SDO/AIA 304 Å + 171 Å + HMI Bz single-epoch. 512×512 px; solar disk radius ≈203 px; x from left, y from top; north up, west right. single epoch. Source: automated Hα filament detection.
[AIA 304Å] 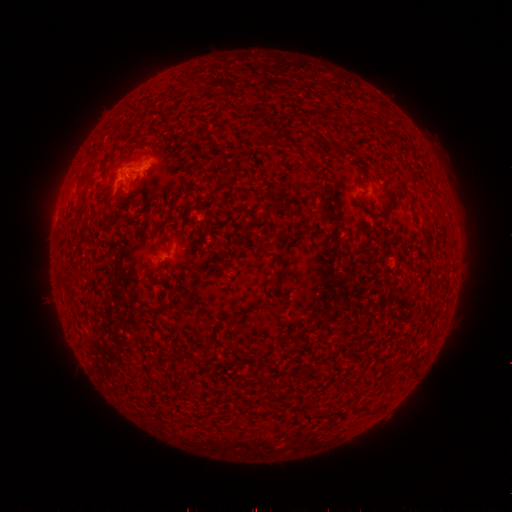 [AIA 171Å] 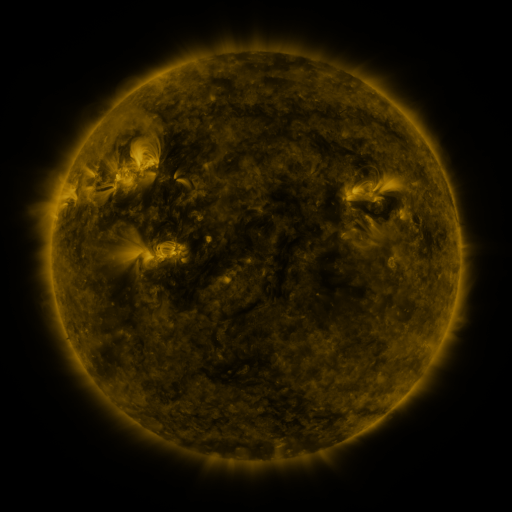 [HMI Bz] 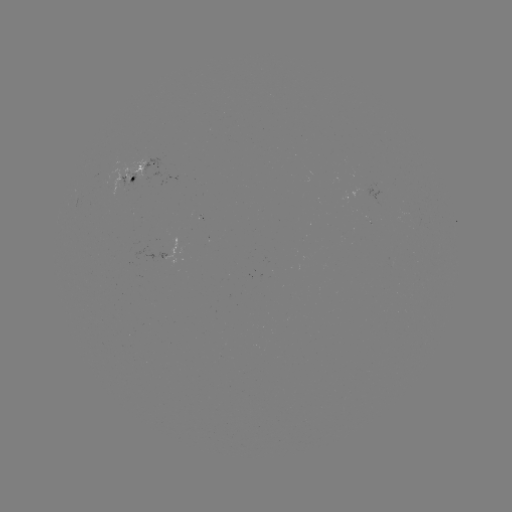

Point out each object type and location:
filament: (342, 110)
filament: (404, 189)
filament: (261, 307)
filament: (268, 387)
